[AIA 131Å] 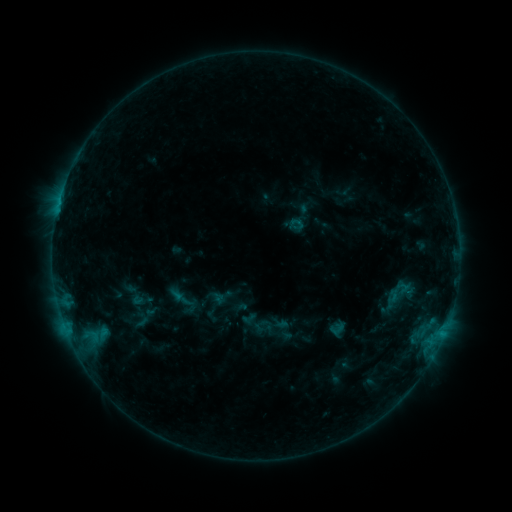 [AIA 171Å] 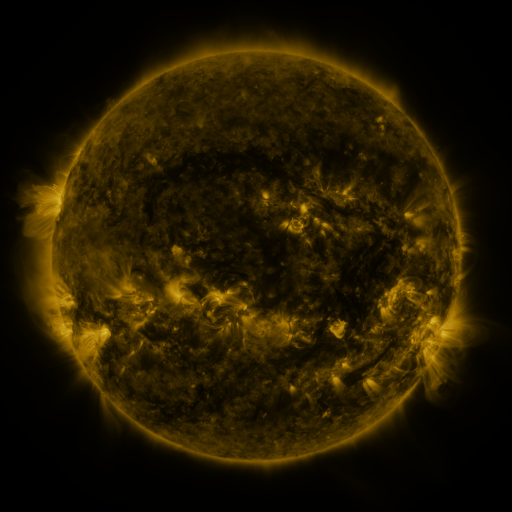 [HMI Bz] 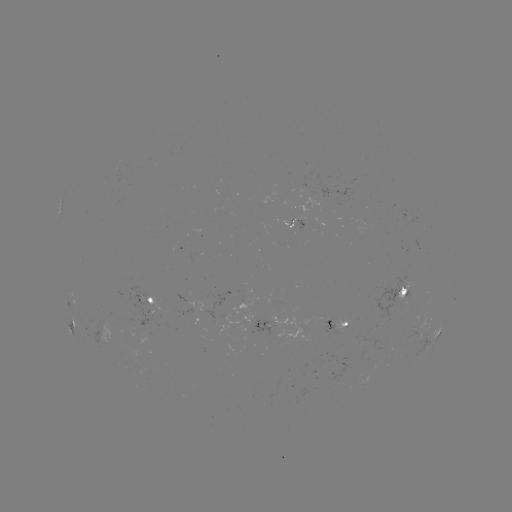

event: sigmoid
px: (296, 223)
